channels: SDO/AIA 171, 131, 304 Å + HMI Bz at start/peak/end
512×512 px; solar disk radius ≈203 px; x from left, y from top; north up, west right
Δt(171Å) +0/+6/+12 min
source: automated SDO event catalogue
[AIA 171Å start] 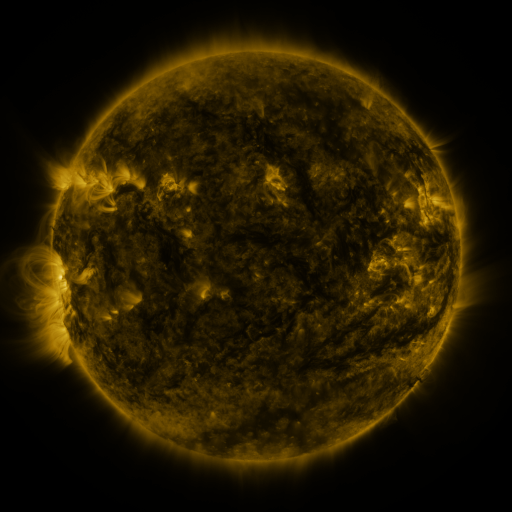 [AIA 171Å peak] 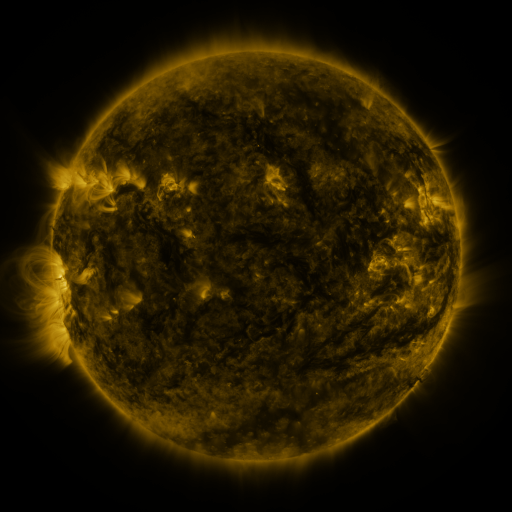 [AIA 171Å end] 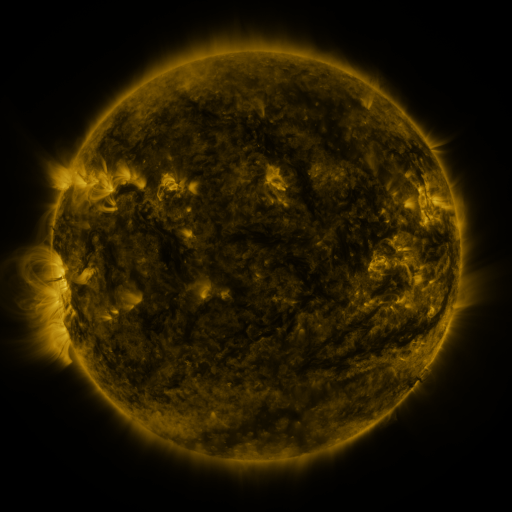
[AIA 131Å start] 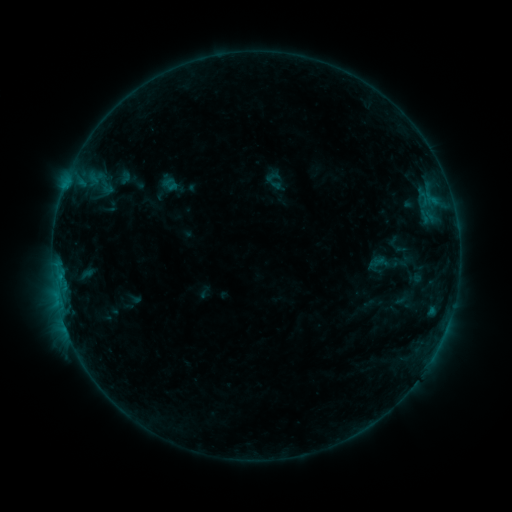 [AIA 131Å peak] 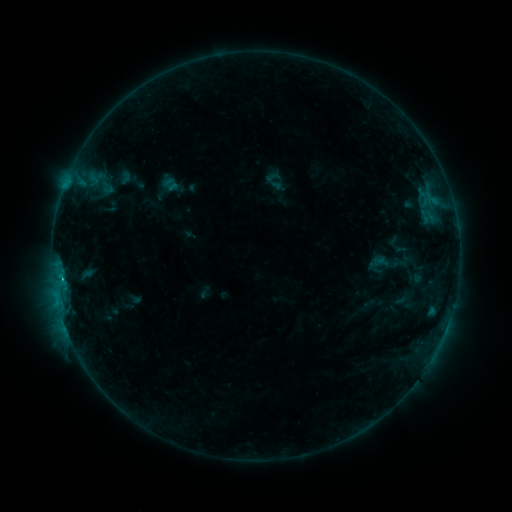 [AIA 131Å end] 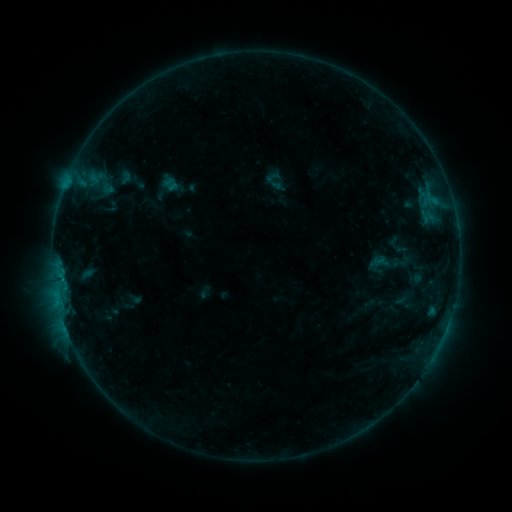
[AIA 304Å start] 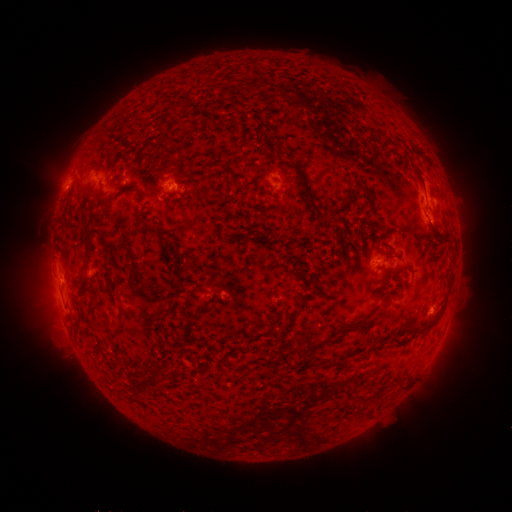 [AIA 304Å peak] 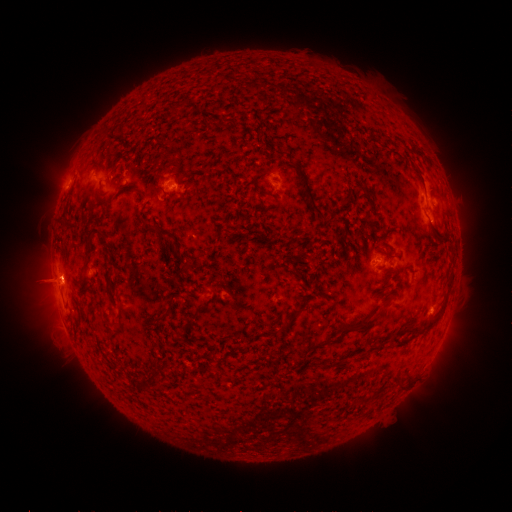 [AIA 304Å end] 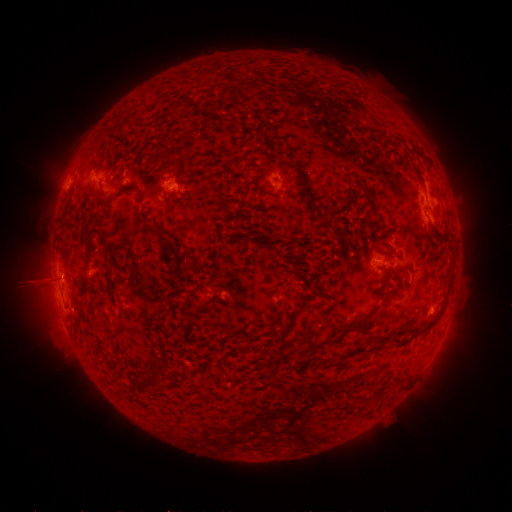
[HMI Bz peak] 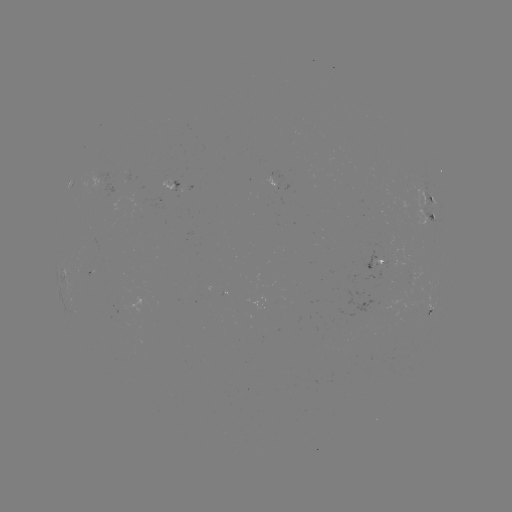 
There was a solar flare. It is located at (61, 281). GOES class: B7.9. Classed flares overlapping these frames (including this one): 1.